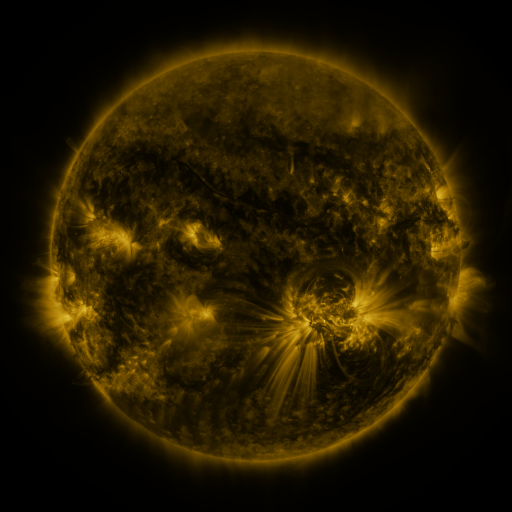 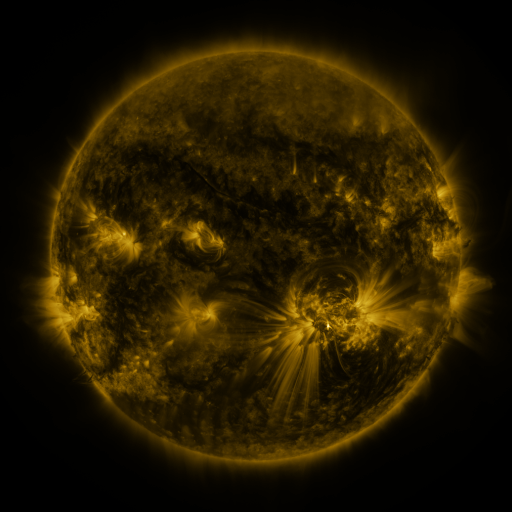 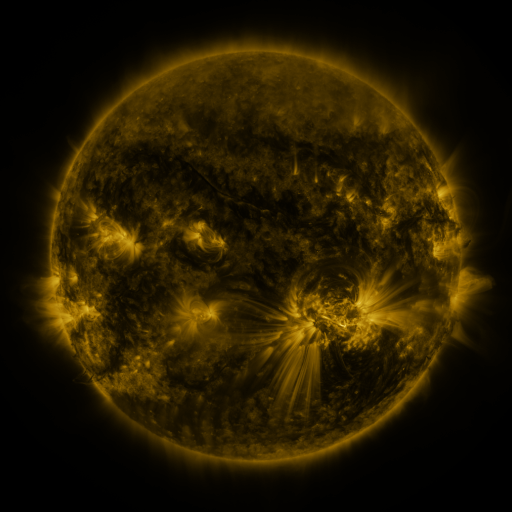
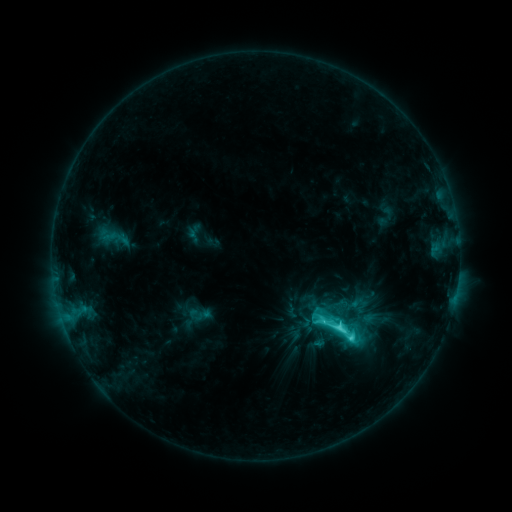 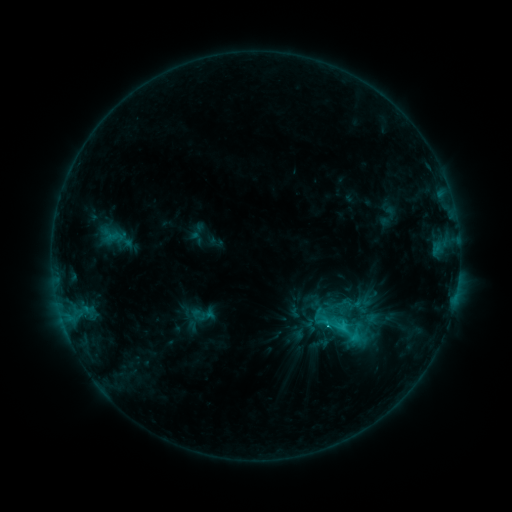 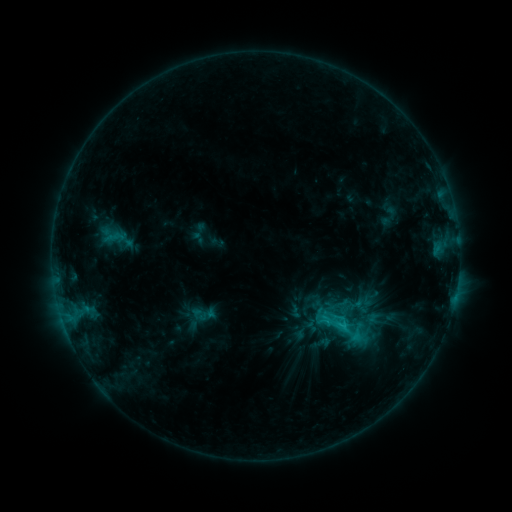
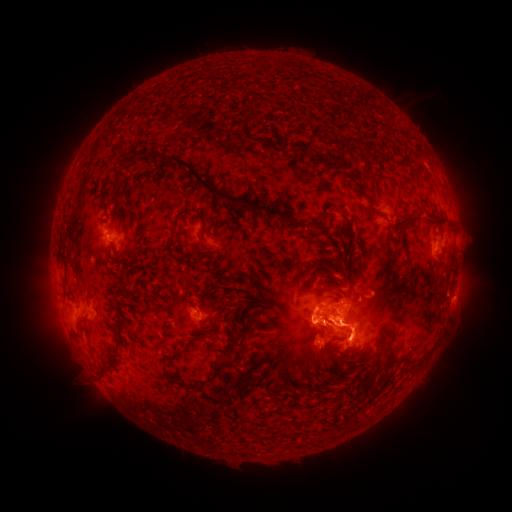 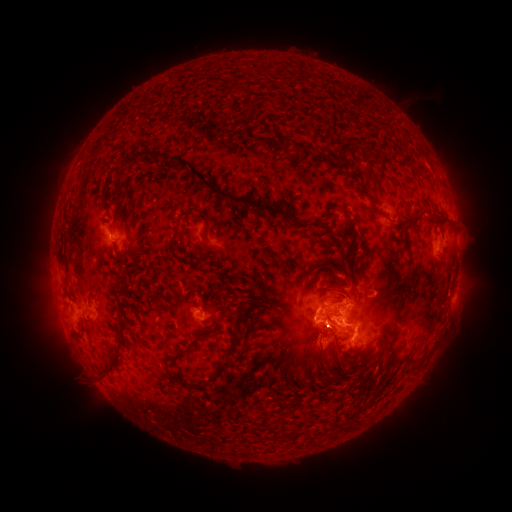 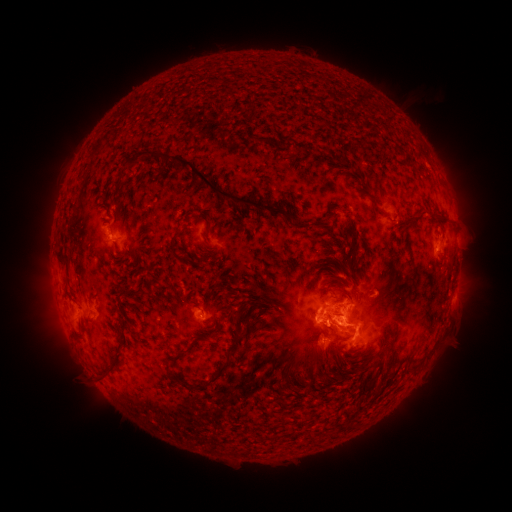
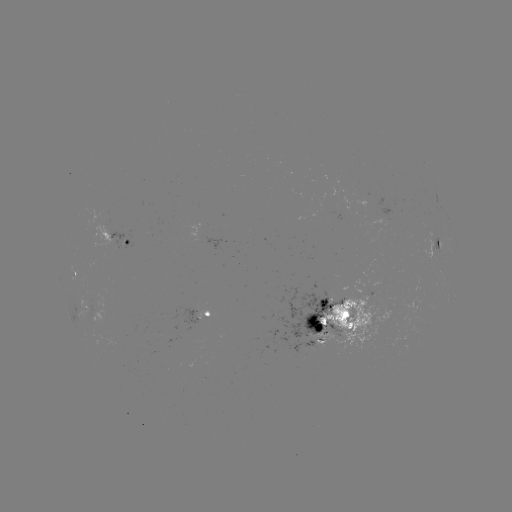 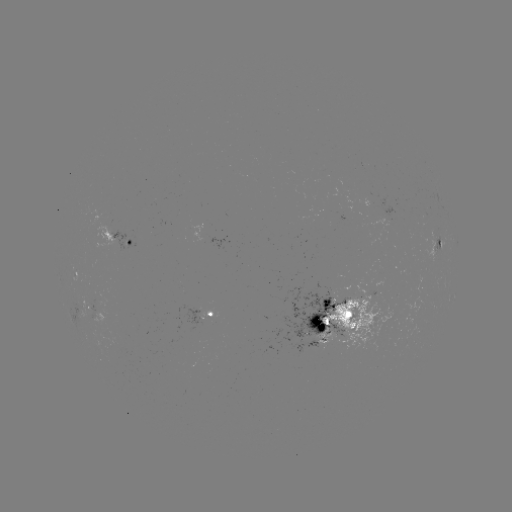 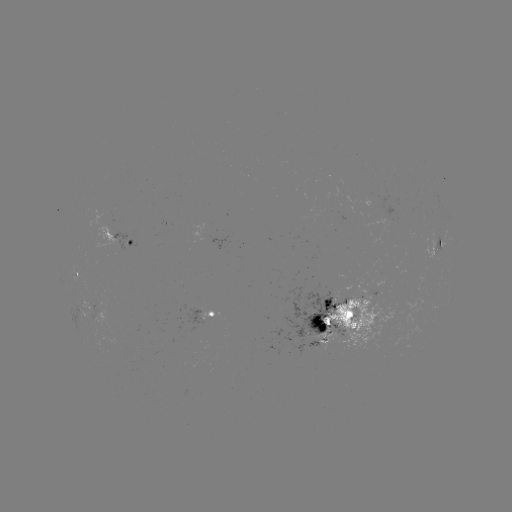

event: emerging-flux region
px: (378, 296)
